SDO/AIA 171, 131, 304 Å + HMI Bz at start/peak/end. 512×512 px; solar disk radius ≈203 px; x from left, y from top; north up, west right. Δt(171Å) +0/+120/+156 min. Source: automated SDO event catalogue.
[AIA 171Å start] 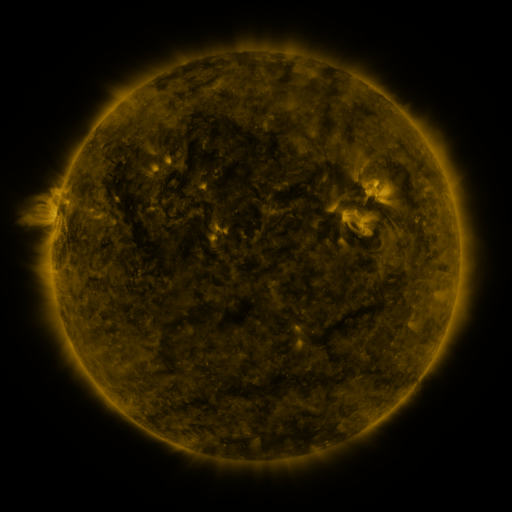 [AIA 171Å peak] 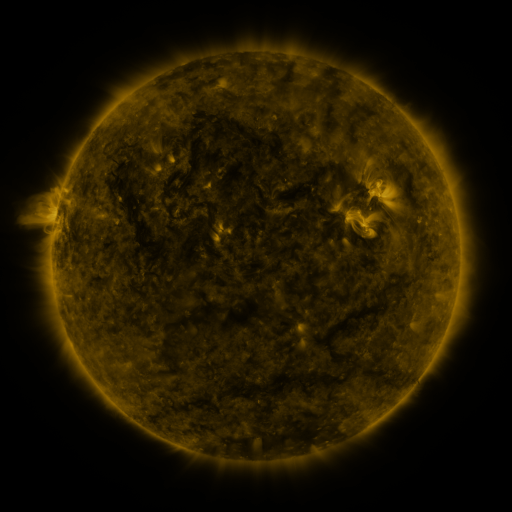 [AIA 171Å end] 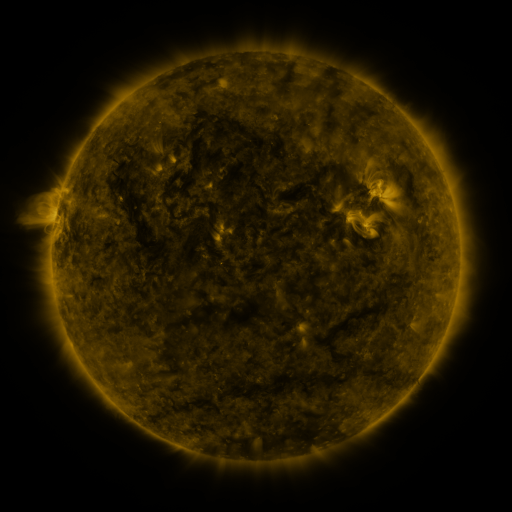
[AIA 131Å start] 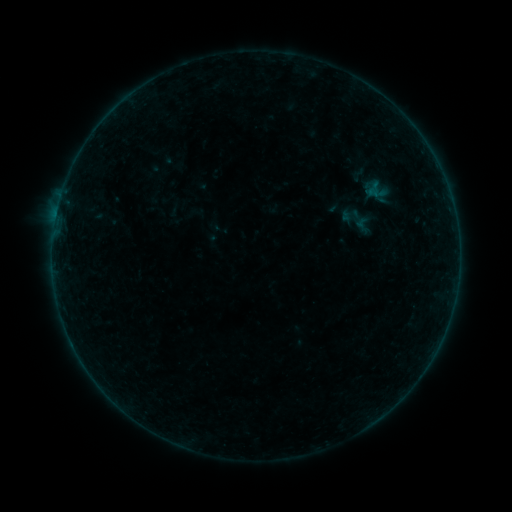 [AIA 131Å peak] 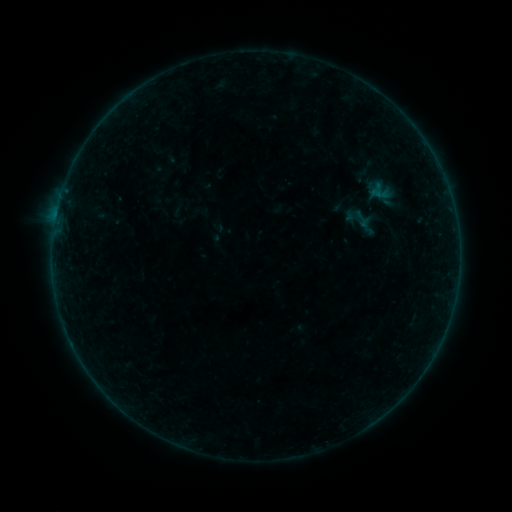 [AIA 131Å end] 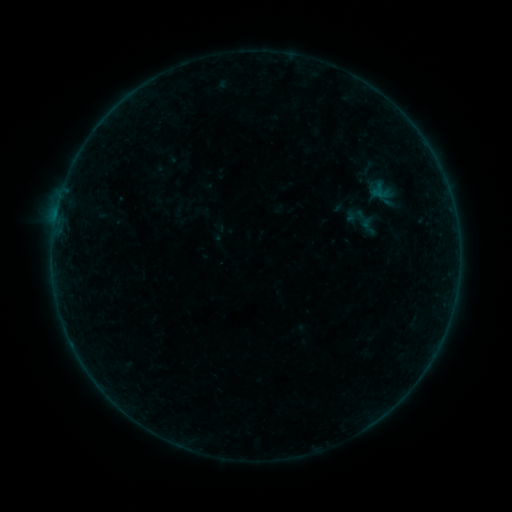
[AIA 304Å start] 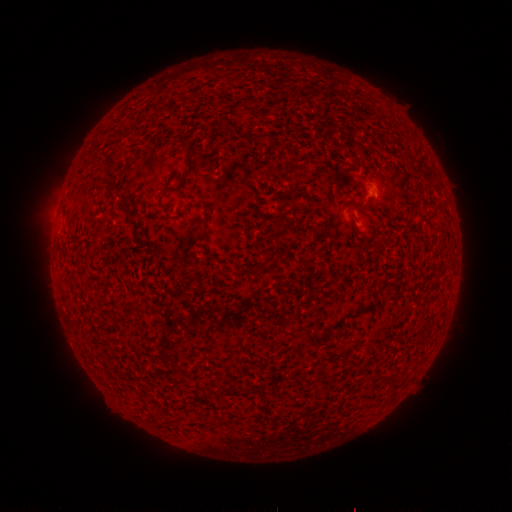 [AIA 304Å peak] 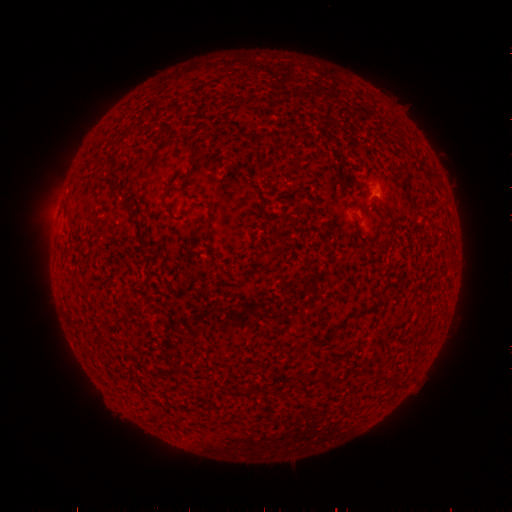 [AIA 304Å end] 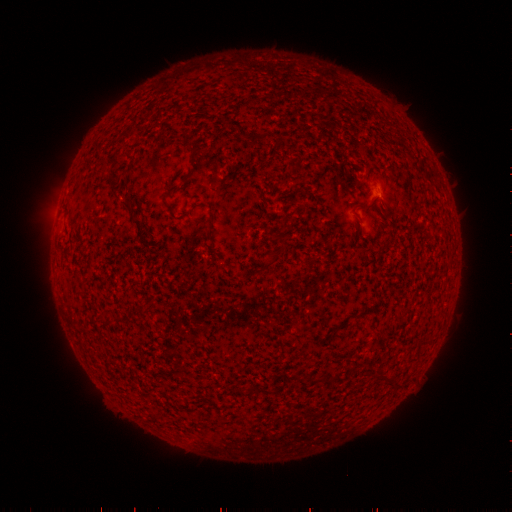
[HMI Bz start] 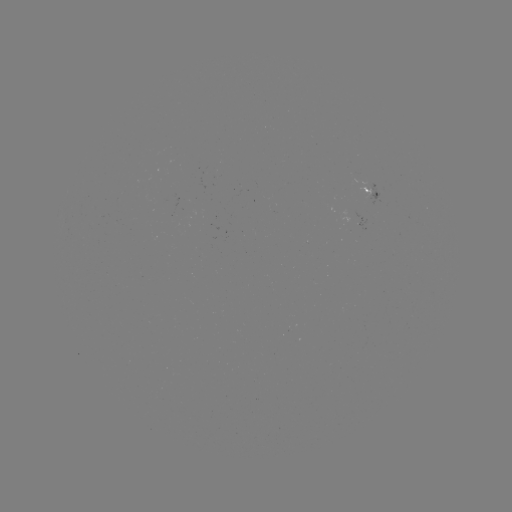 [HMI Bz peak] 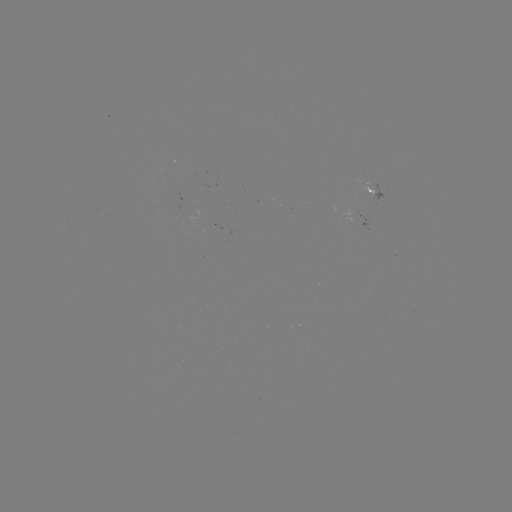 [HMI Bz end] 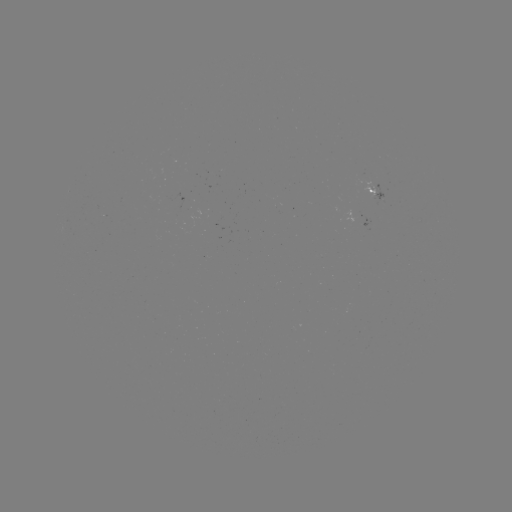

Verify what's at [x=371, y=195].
emerging-flux region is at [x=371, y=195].